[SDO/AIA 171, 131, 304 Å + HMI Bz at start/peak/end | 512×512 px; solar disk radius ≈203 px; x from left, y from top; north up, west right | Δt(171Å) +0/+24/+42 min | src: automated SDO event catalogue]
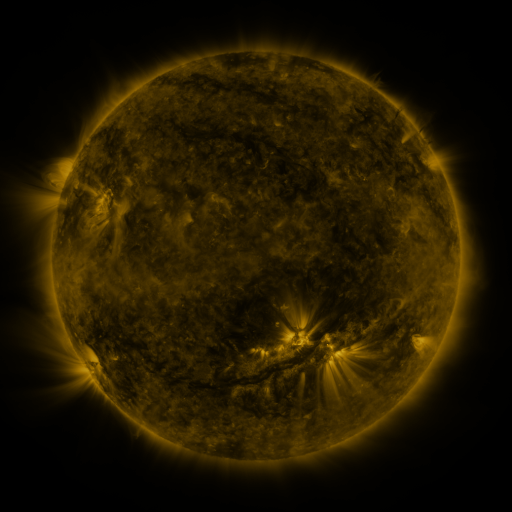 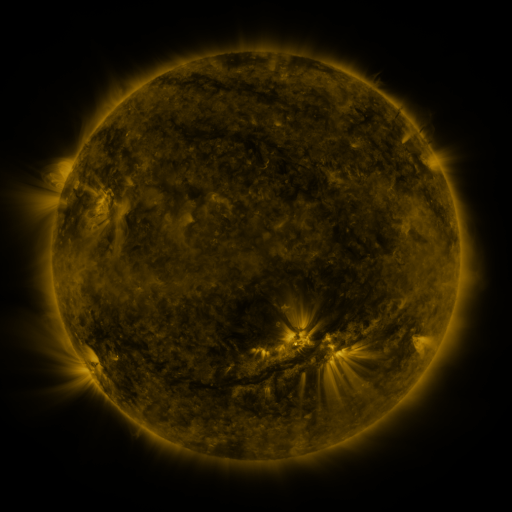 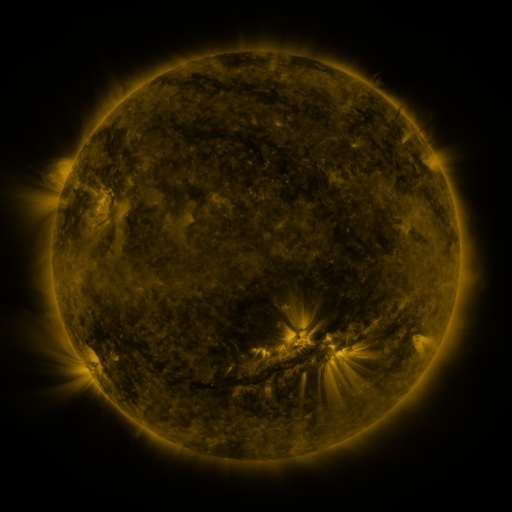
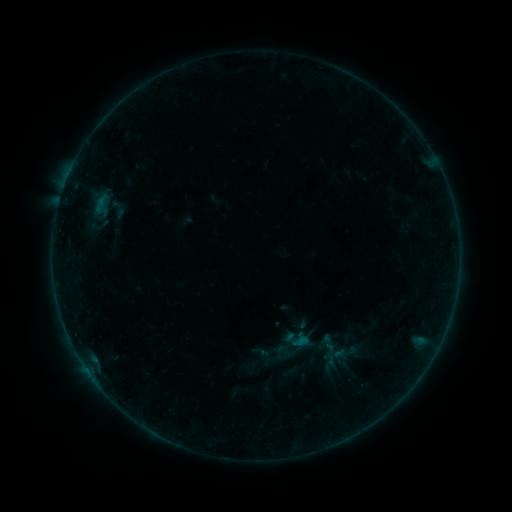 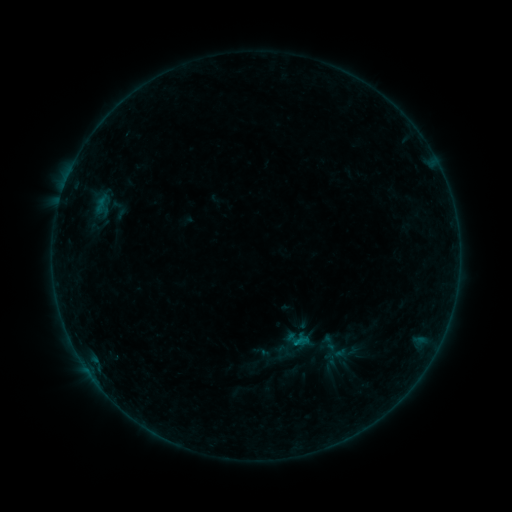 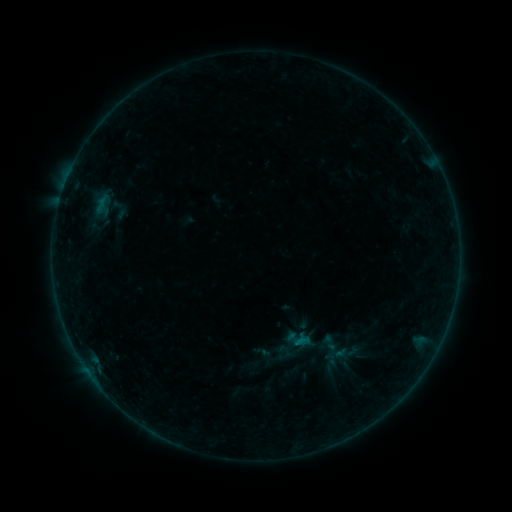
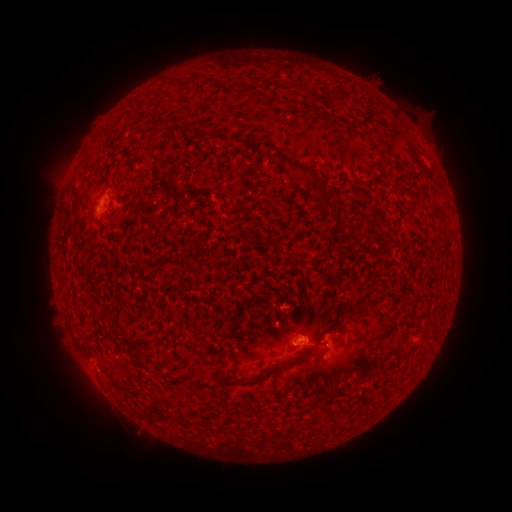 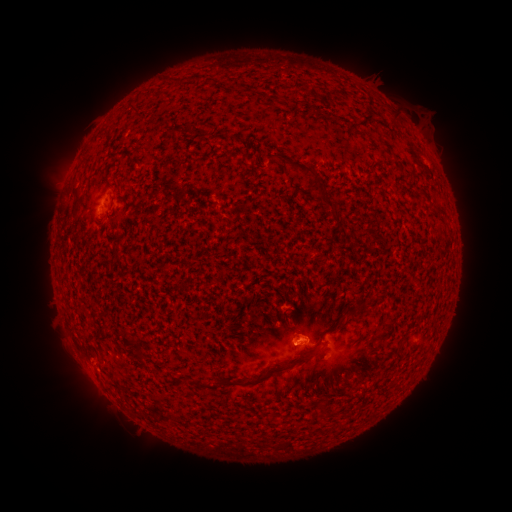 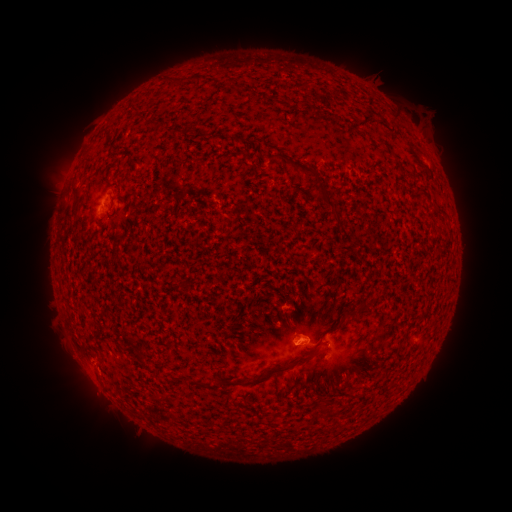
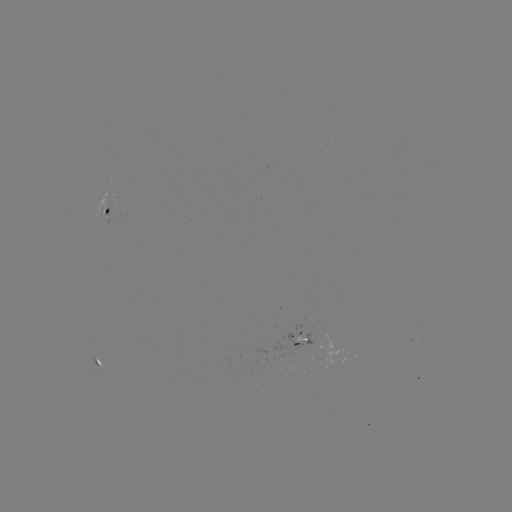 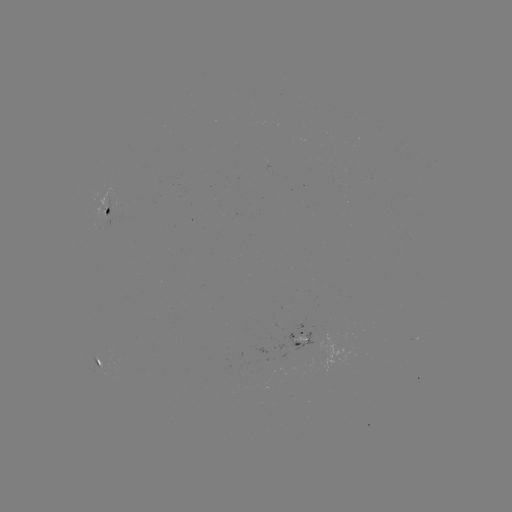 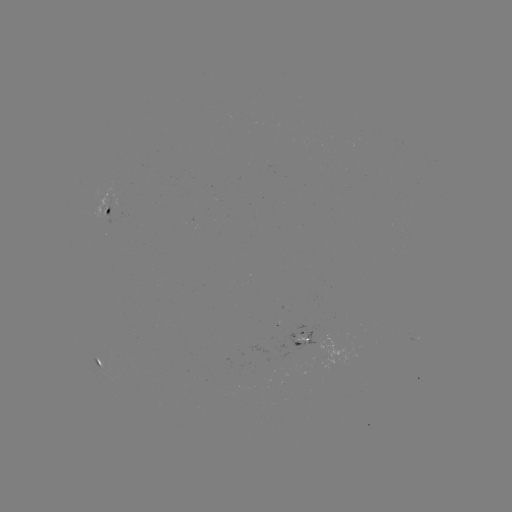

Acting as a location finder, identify B1.9 flare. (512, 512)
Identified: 292,341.